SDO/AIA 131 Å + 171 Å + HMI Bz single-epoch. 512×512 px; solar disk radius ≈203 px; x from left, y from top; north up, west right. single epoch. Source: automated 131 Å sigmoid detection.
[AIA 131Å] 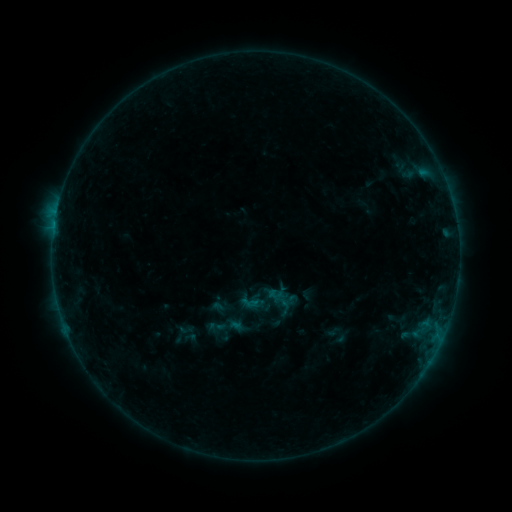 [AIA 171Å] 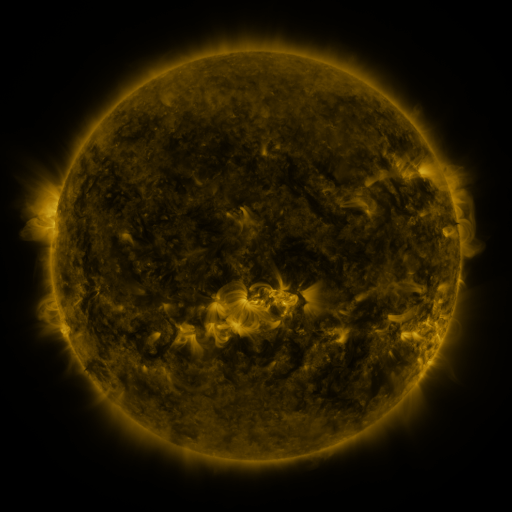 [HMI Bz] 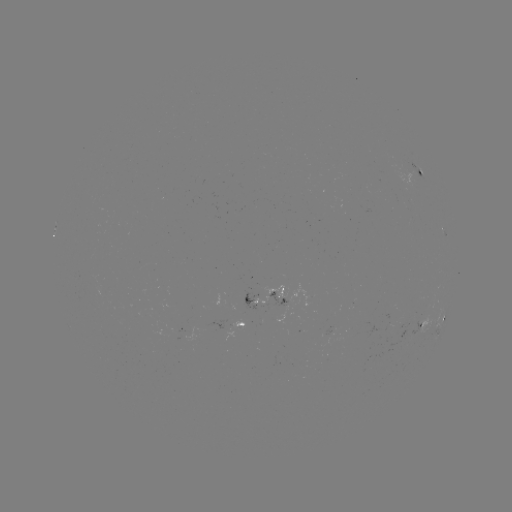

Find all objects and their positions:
sigmoid: <bbox>203, 306, 248, 347</bbox>
